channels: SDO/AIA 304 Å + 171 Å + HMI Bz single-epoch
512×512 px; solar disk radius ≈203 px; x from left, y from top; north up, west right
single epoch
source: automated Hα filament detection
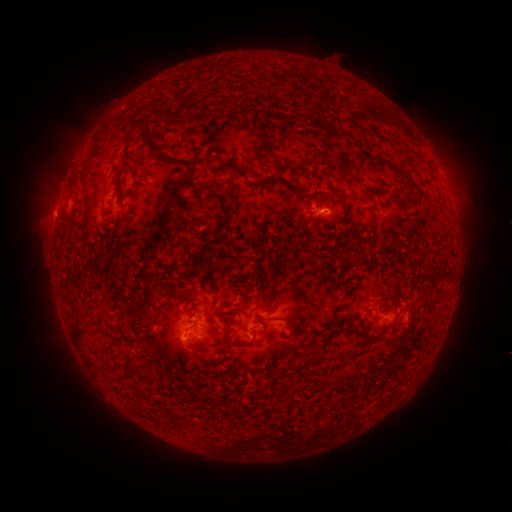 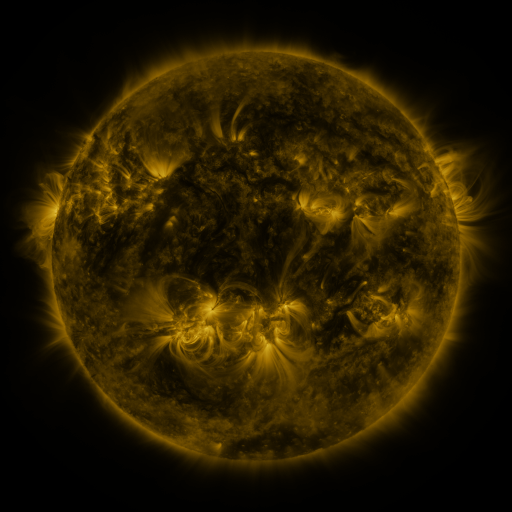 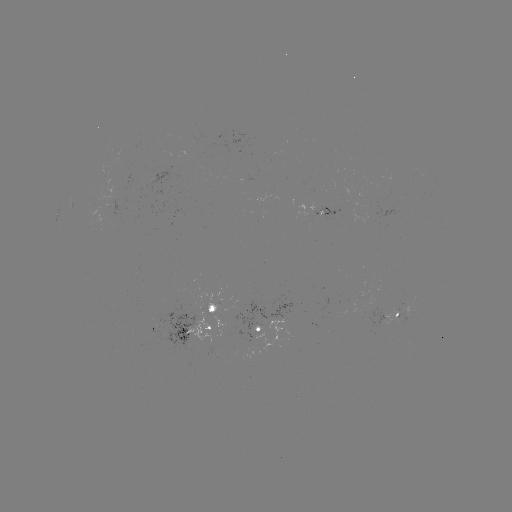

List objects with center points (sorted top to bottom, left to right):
filament: (178, 123)
filament: (348, 136)
filament: (266, 141)
filament: (151, 145)
filament: (166, 156)
filament: (367, 156)
filament: (210, 166)
filament: (221, 198)
filament: (158, 291)
filament: (289, 323)
filament: (224, 342)
